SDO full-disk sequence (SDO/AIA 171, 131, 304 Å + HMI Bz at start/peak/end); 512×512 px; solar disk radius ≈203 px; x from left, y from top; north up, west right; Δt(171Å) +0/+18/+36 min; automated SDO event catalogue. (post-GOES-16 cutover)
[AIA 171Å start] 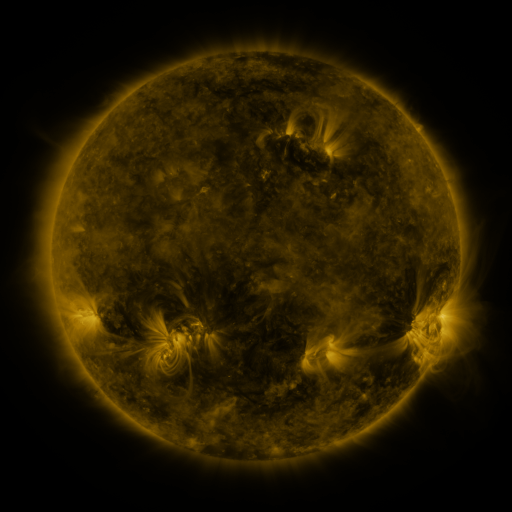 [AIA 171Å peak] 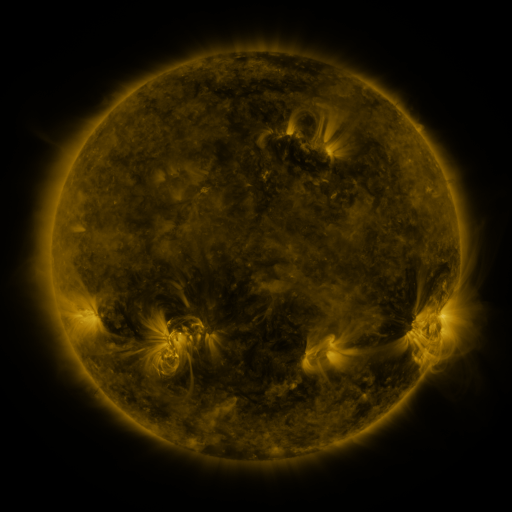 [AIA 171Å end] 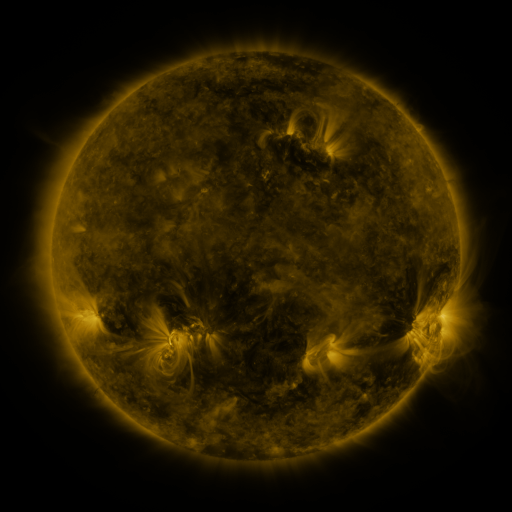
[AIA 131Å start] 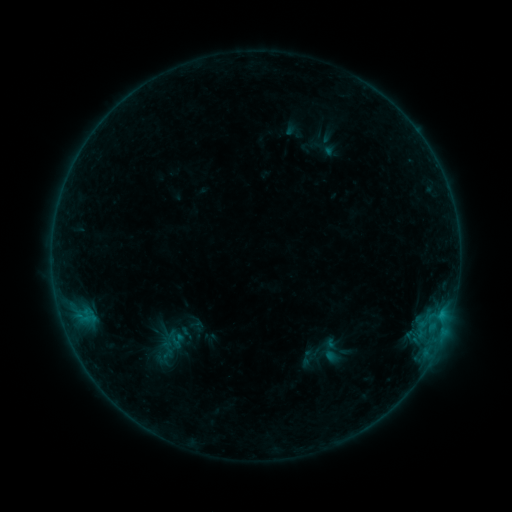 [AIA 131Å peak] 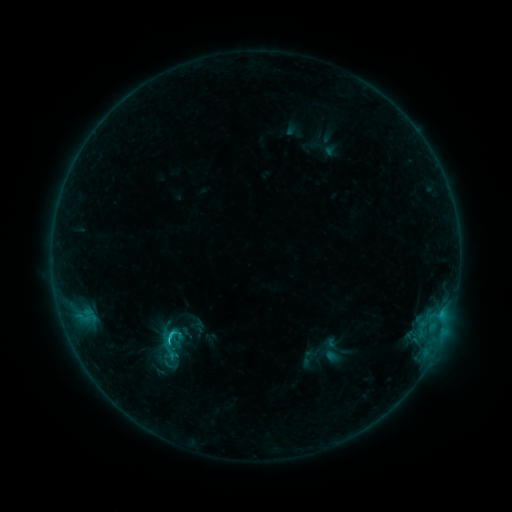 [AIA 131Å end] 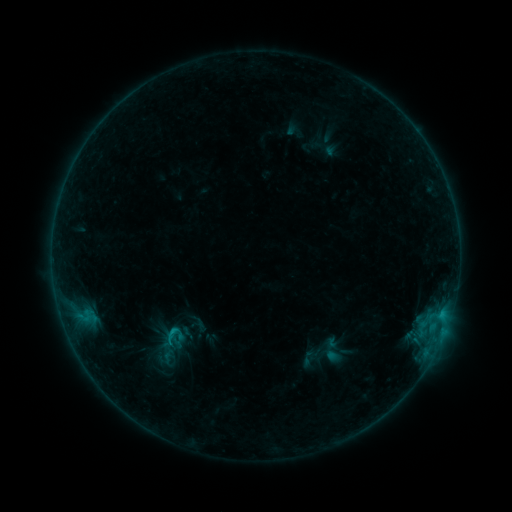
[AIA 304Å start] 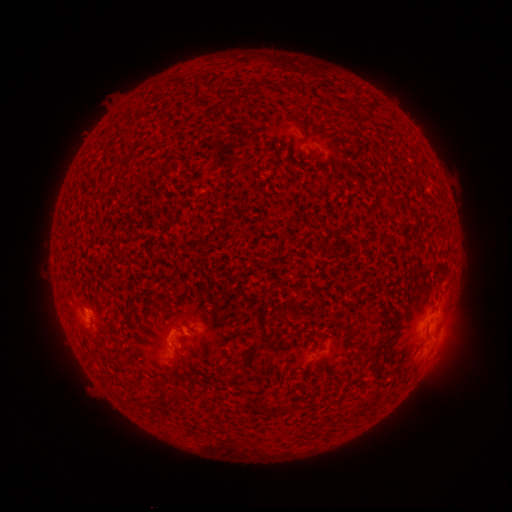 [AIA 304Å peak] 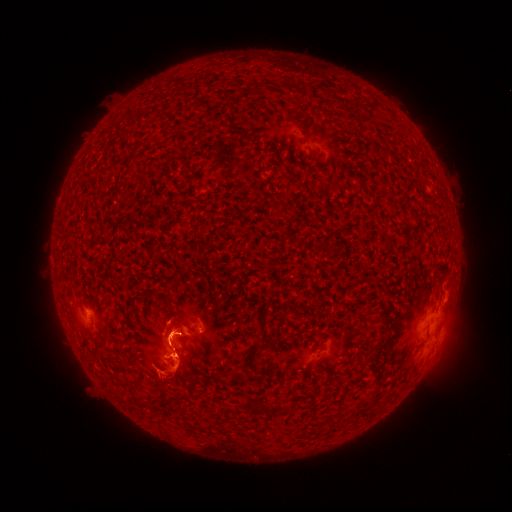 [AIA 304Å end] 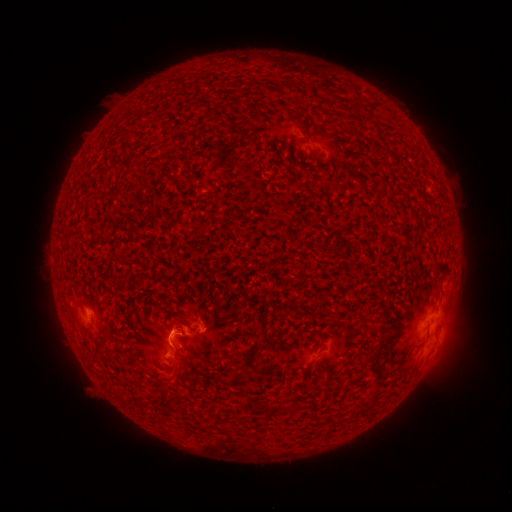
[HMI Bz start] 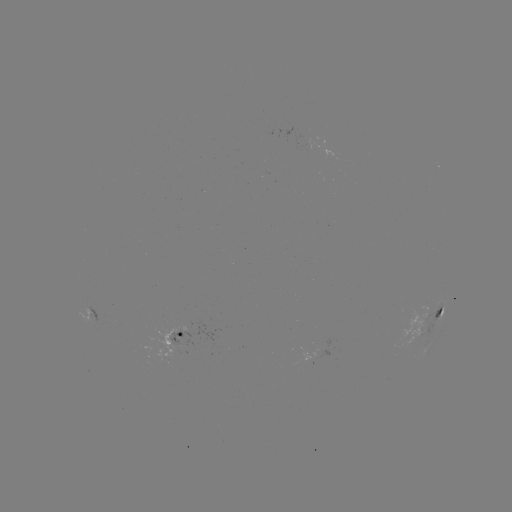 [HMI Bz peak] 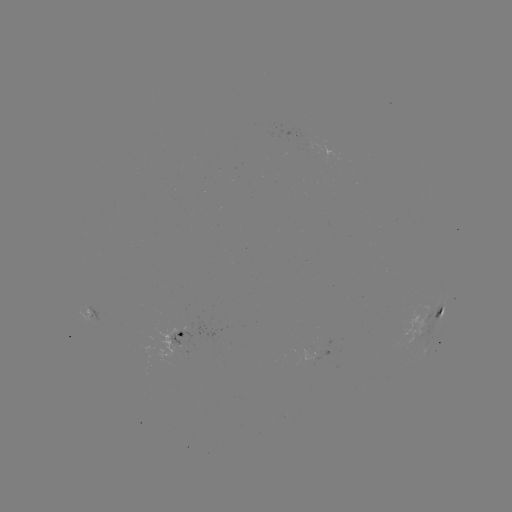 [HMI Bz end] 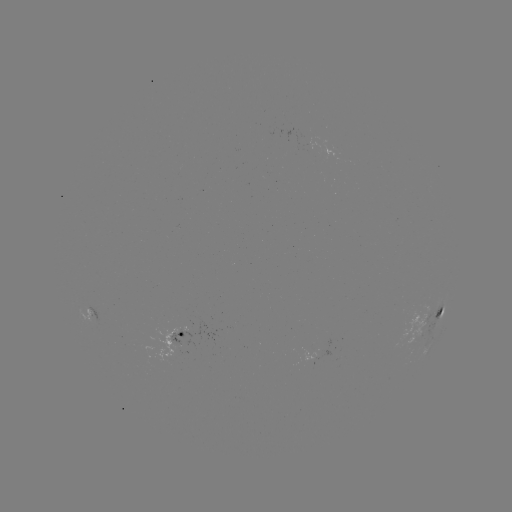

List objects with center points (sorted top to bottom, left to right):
C1.6 flare: (173, 333)
